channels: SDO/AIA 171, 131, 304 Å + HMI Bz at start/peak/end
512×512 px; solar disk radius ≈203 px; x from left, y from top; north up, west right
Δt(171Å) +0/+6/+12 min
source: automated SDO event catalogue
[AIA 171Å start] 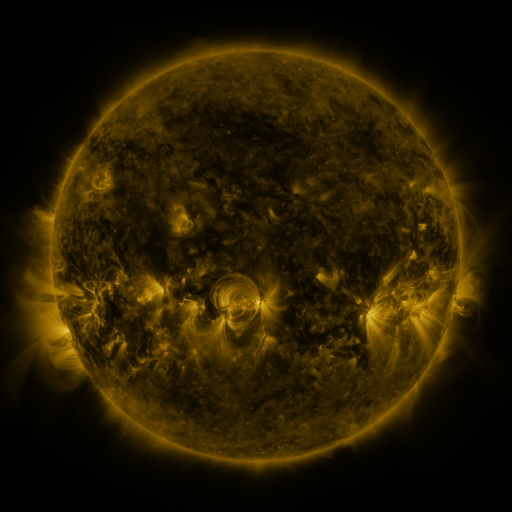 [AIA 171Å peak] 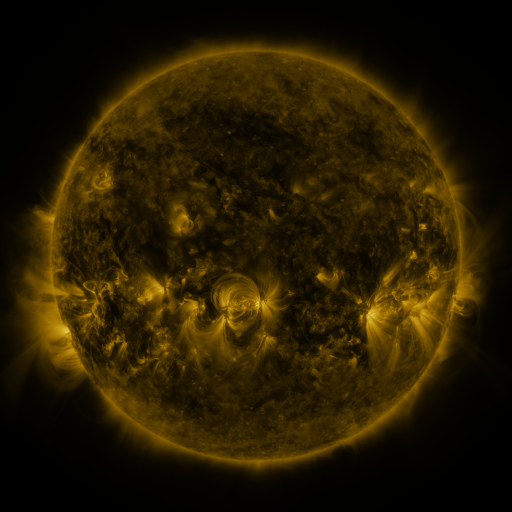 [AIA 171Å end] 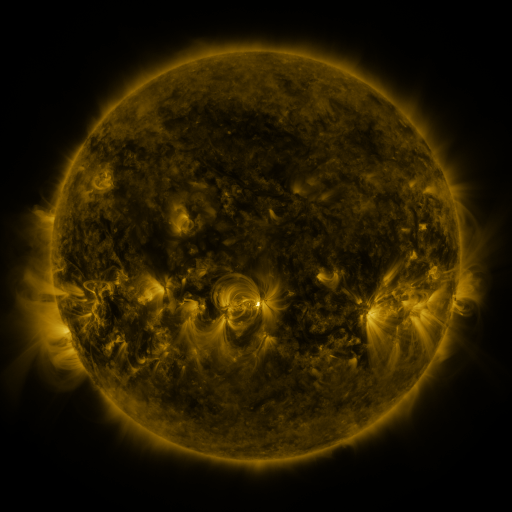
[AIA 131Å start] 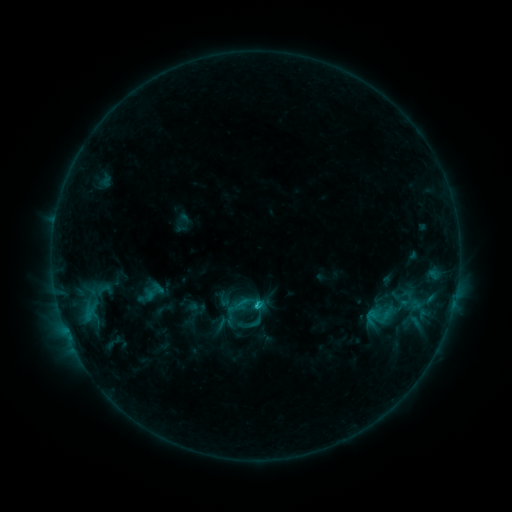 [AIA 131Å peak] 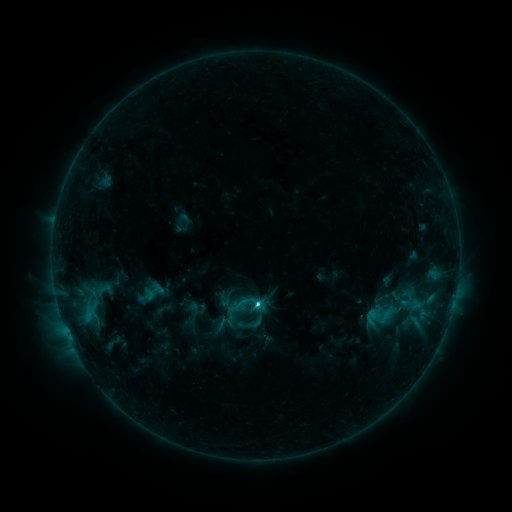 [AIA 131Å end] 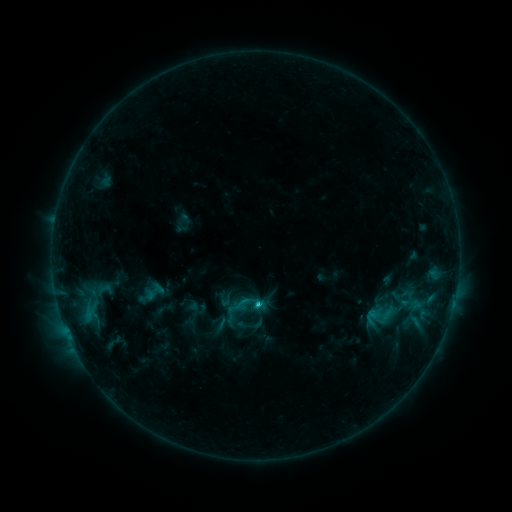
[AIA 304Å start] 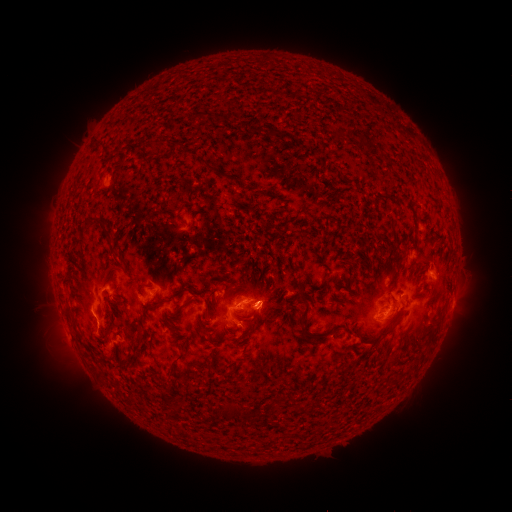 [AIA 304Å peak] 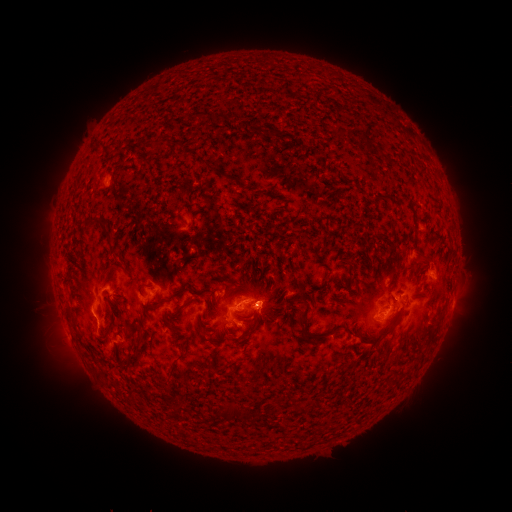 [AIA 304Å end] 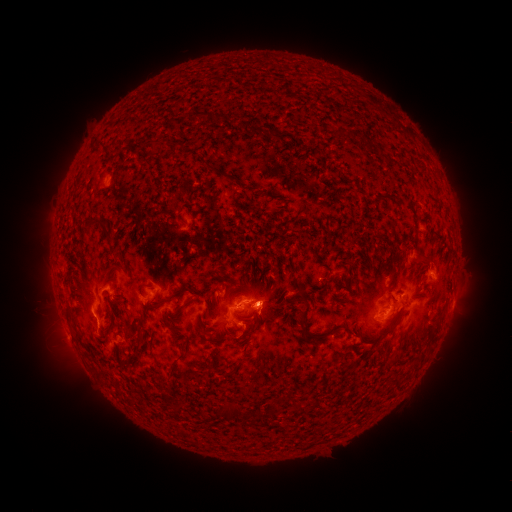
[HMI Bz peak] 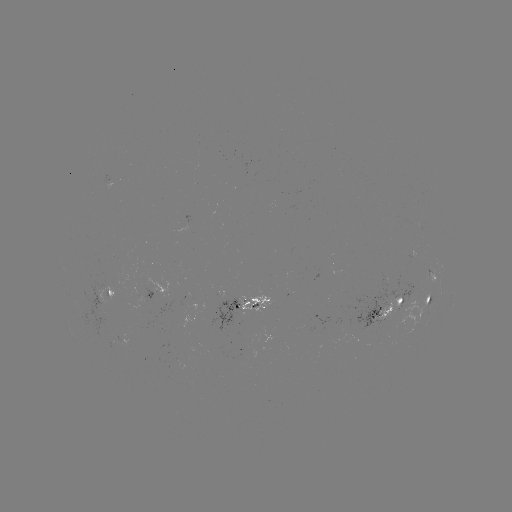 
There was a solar flare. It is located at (256, 303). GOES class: C3.1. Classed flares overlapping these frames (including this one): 1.